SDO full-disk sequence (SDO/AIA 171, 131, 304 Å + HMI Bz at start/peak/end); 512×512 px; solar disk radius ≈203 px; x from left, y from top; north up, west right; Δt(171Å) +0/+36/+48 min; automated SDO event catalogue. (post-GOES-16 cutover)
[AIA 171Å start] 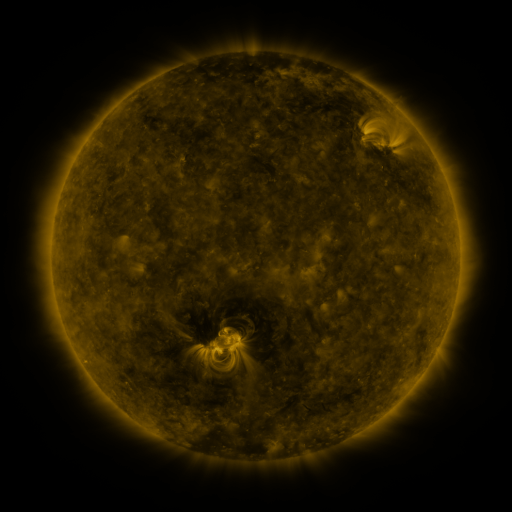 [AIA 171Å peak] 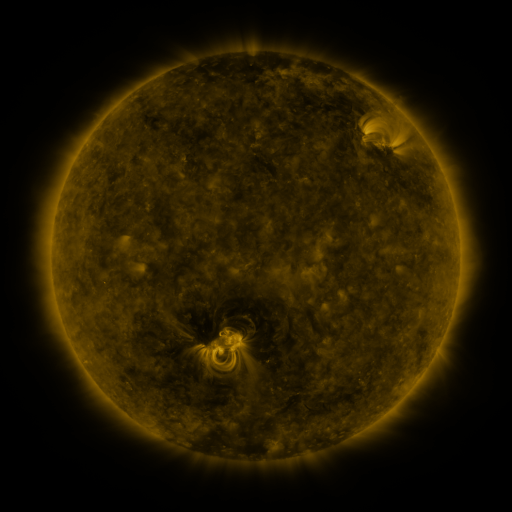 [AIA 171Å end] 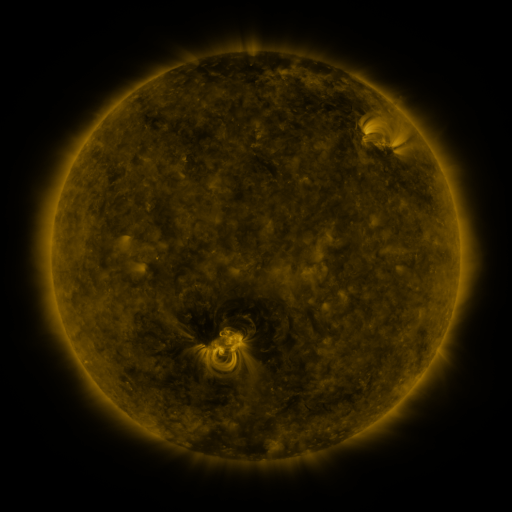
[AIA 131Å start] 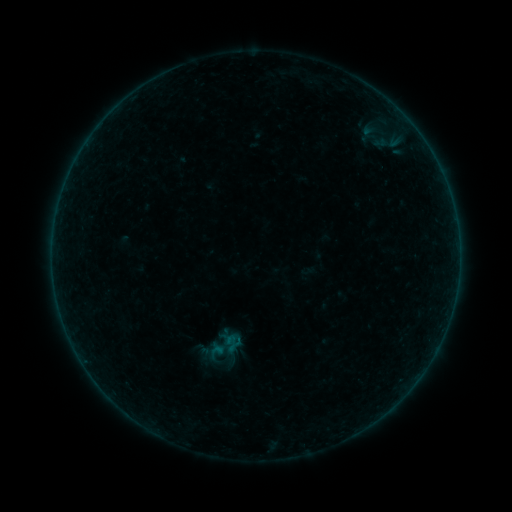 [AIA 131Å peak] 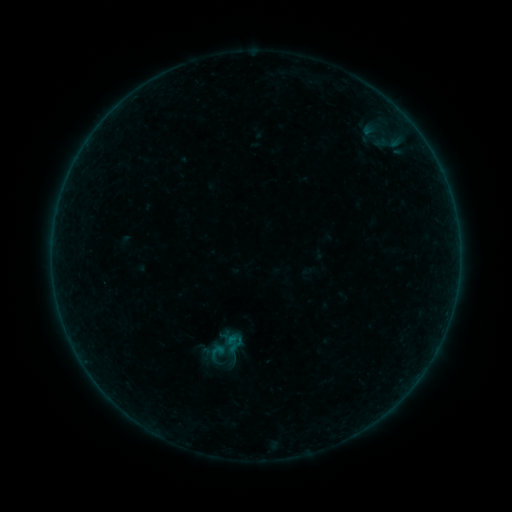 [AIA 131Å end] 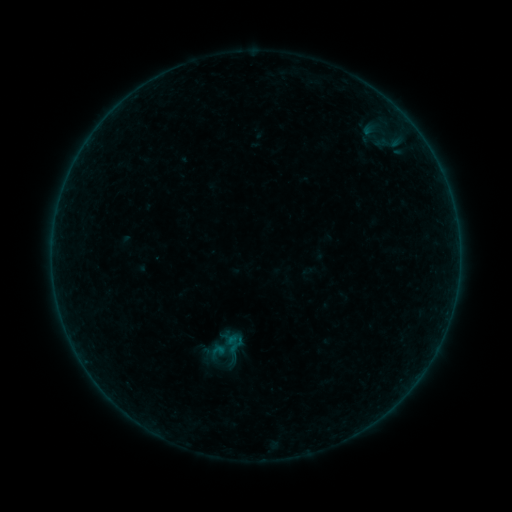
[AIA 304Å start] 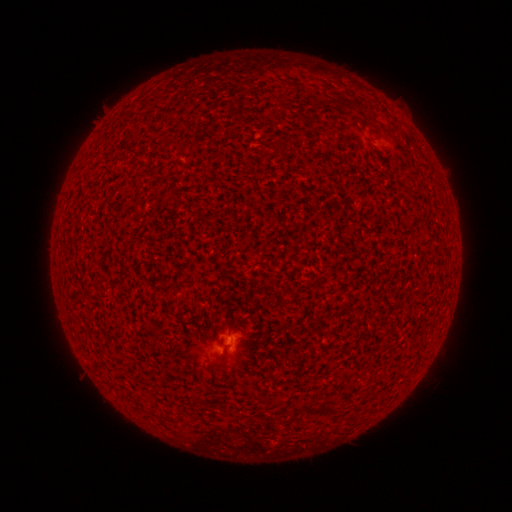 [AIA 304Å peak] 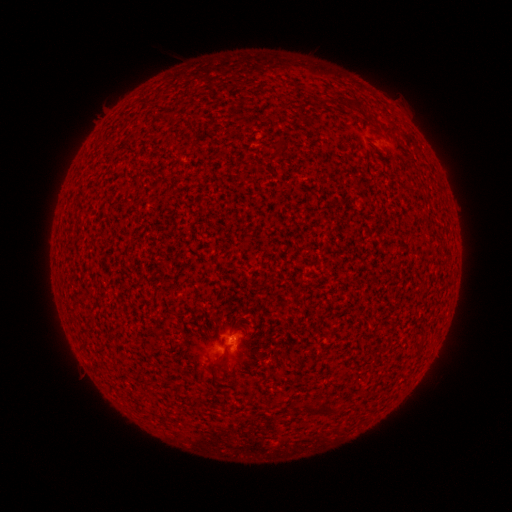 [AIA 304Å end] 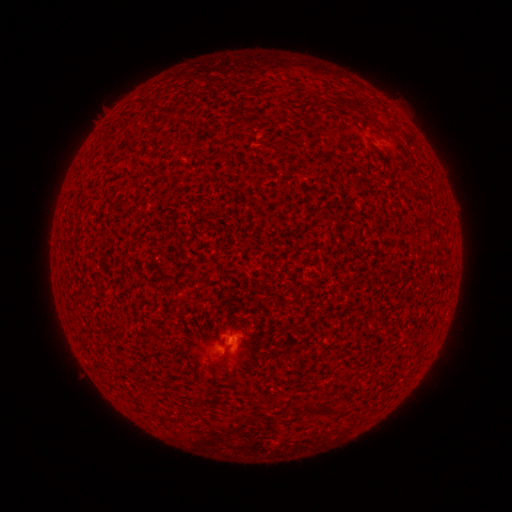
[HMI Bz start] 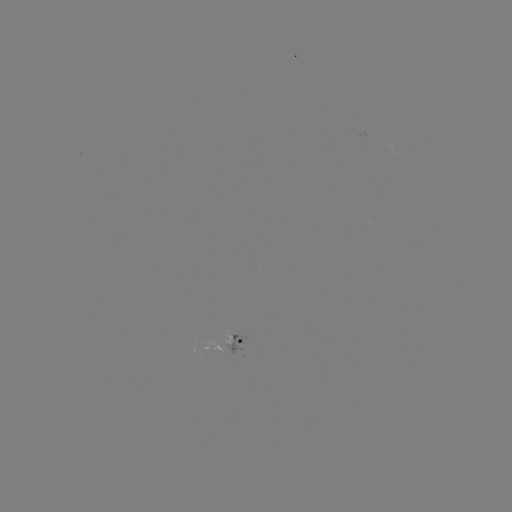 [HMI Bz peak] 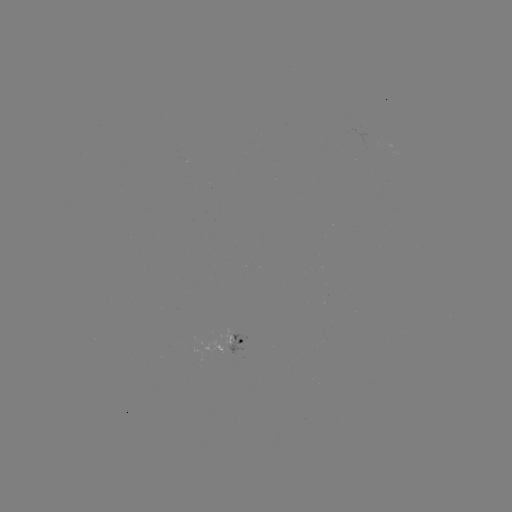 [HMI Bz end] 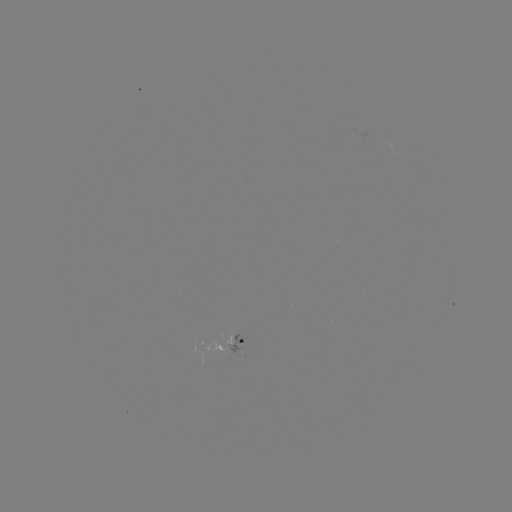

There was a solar flare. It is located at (233, 336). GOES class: B1.3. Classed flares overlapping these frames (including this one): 2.